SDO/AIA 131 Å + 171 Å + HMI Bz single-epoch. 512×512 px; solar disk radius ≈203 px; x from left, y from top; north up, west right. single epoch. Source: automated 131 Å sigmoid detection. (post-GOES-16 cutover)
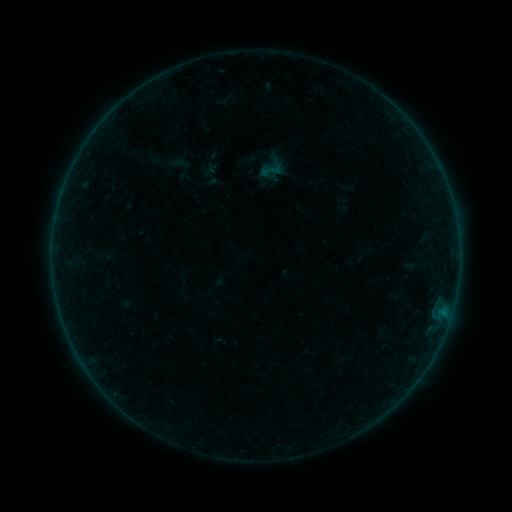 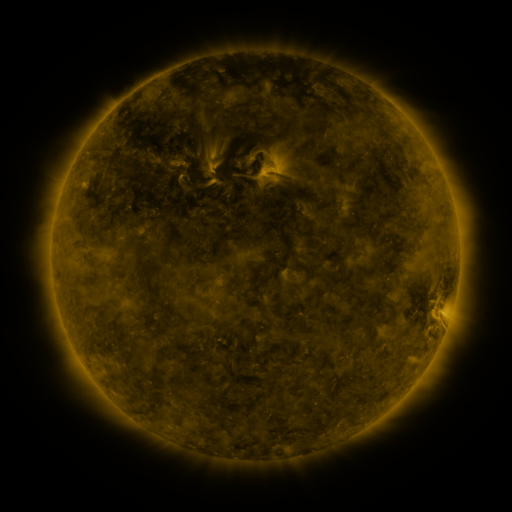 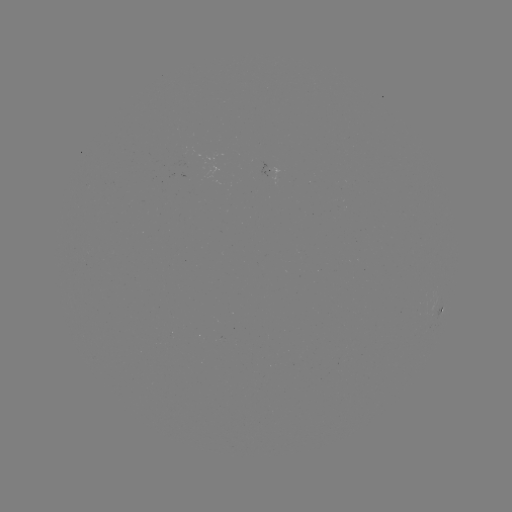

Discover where sigmoid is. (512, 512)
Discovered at (272, 169).